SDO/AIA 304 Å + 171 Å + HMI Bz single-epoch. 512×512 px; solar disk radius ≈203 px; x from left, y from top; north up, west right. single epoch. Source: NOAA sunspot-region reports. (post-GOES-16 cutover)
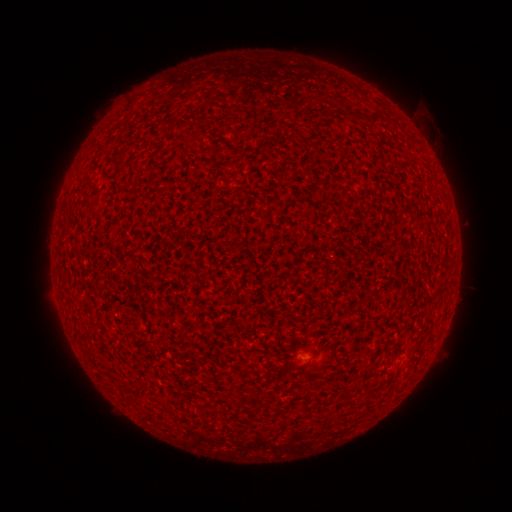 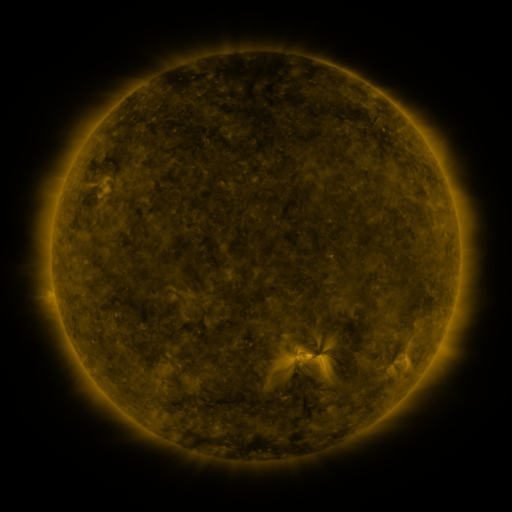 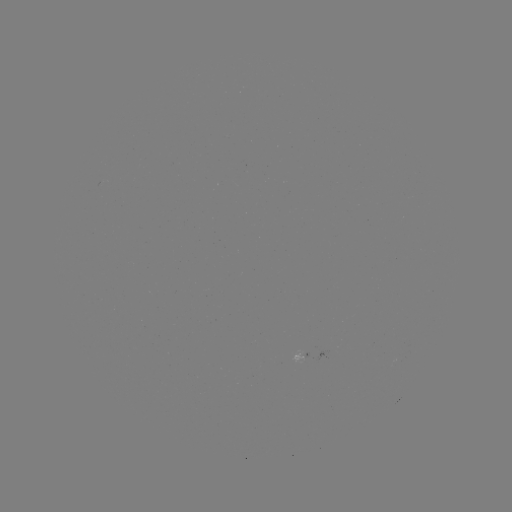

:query spotted active region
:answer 314,353